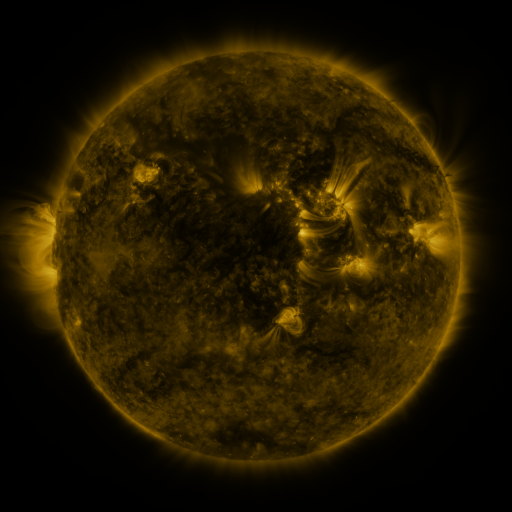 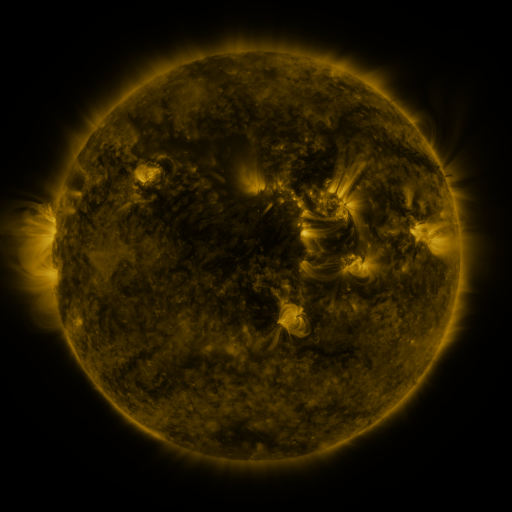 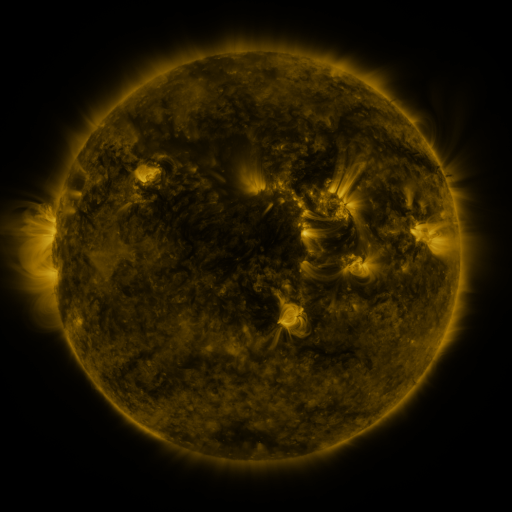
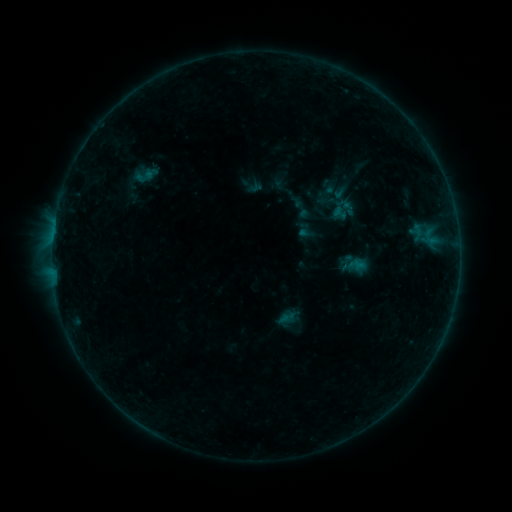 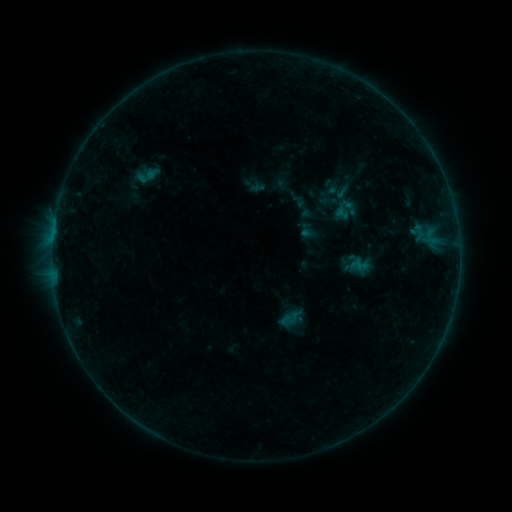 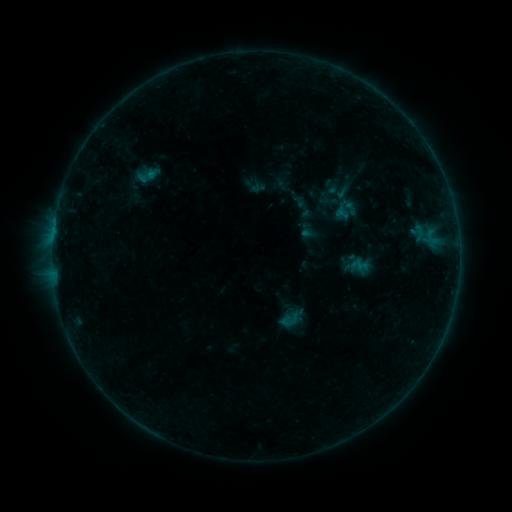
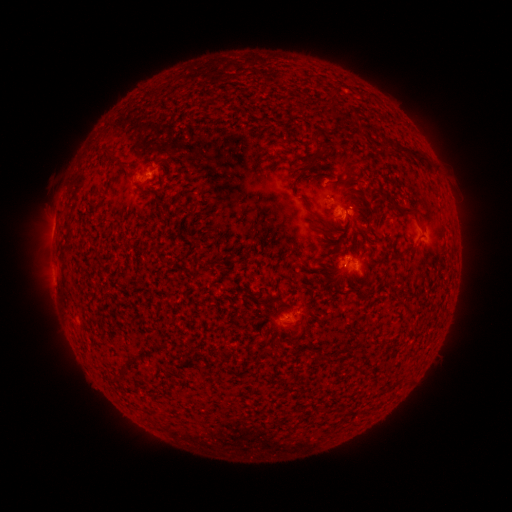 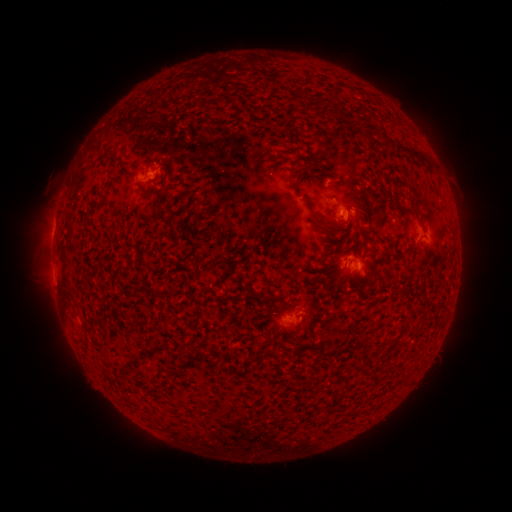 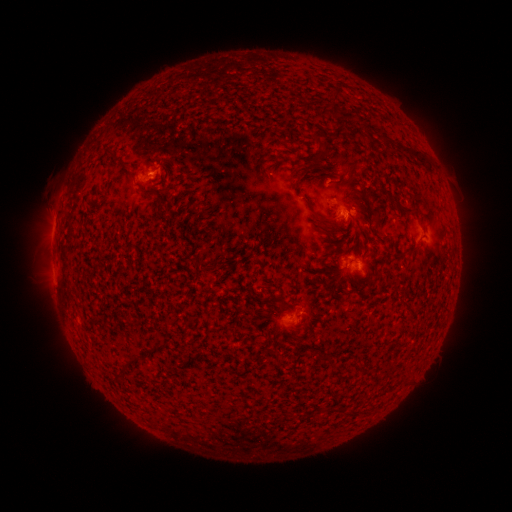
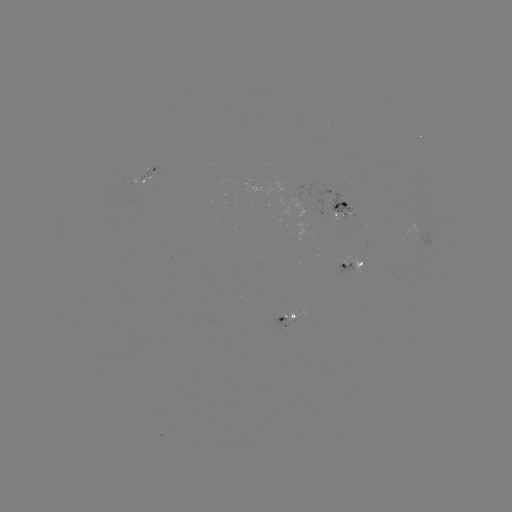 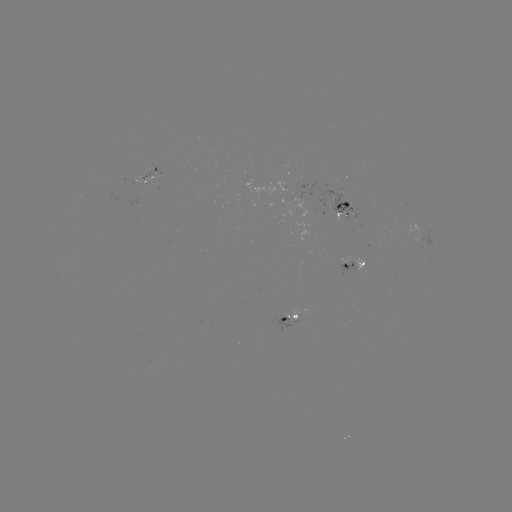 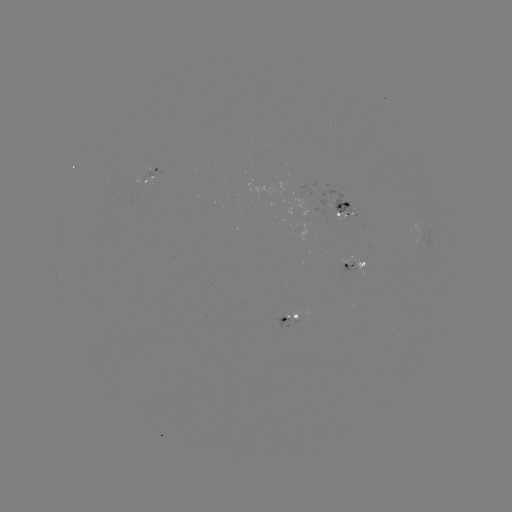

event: emerging-flux region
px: (344, 208)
